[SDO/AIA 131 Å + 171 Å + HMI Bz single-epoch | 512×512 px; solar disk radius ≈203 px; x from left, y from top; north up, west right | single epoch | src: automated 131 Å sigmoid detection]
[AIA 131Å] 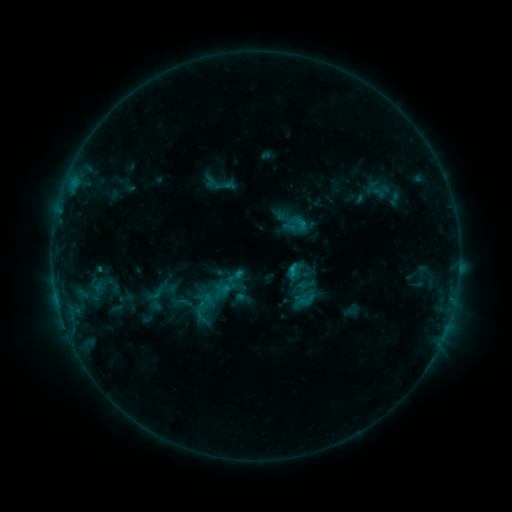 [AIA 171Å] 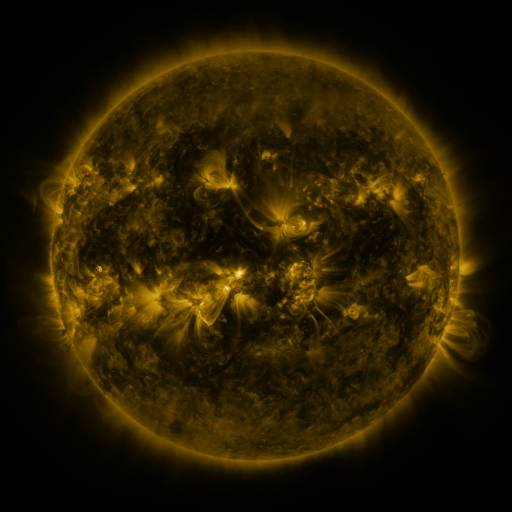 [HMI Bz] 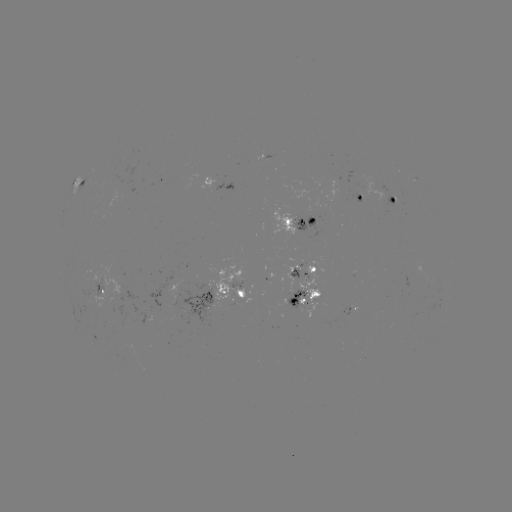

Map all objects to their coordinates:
sigmoid: (292, 277, 310, 296)
sigmoid: (171, 293, 195, 312)
